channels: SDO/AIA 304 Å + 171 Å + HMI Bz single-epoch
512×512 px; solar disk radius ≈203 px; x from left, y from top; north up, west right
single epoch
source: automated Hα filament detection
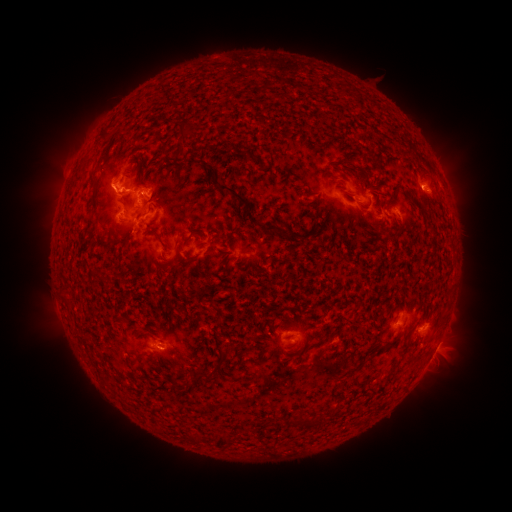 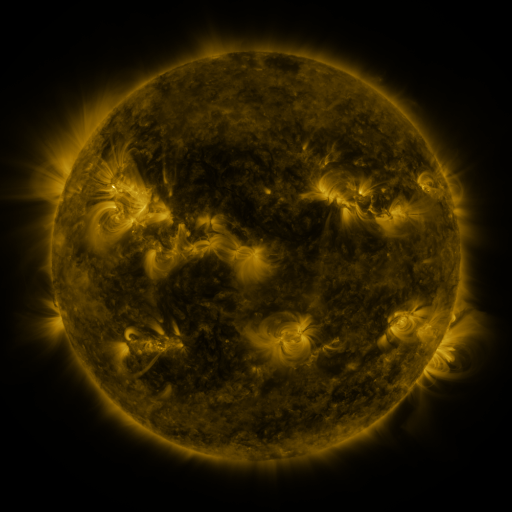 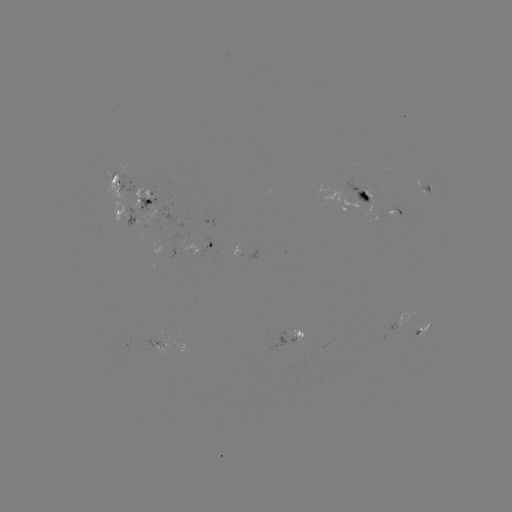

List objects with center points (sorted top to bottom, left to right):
filament: (104, 134)
filament: (184, 135)
filament: (349, 161)
filament: (213, 173)
filament: (94, 174)
filament: (366, 186)
filament: (94, 200)
filament: (314, 200)
filament: (246, 203)
filament: (126, 208)
filament: (280, 232)
filament: (182, 261)
filament: (357, 307)
filament: (135, 359)
filament: (221, 359)
filament: (204, 374)
filament: (194, 438)
filament: (220, 440)
